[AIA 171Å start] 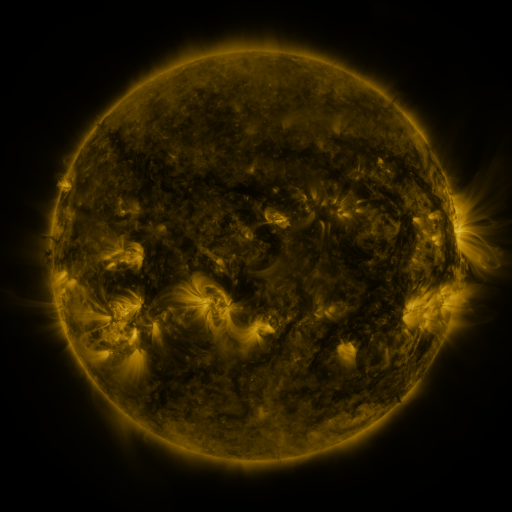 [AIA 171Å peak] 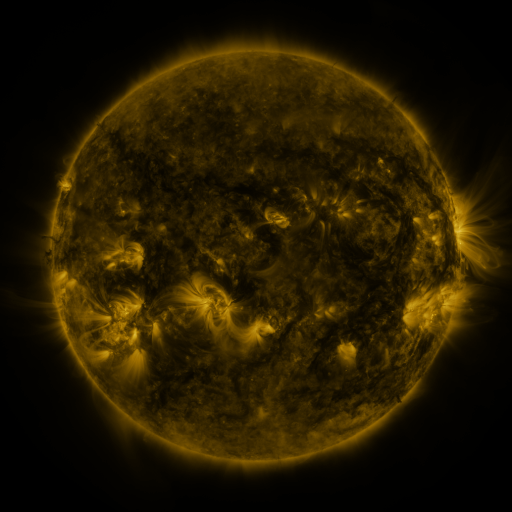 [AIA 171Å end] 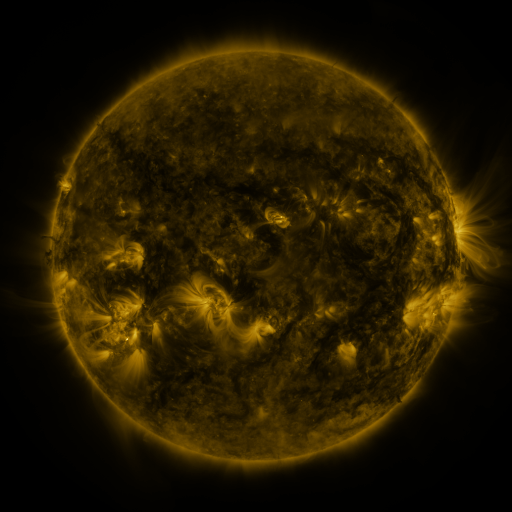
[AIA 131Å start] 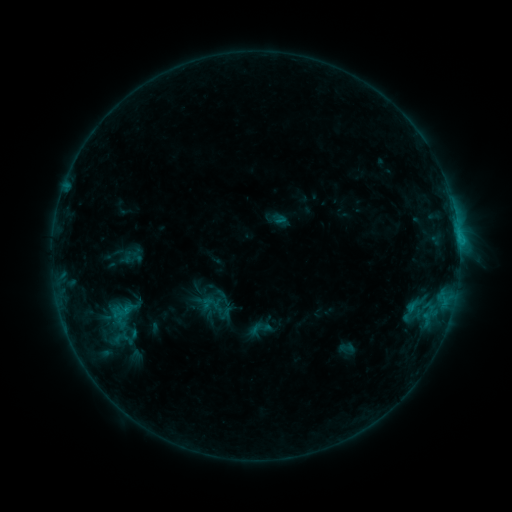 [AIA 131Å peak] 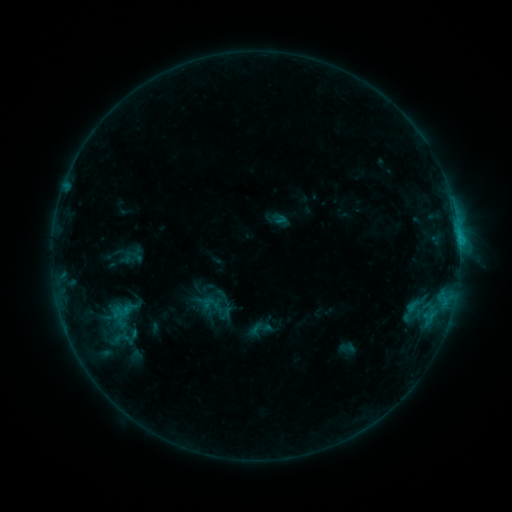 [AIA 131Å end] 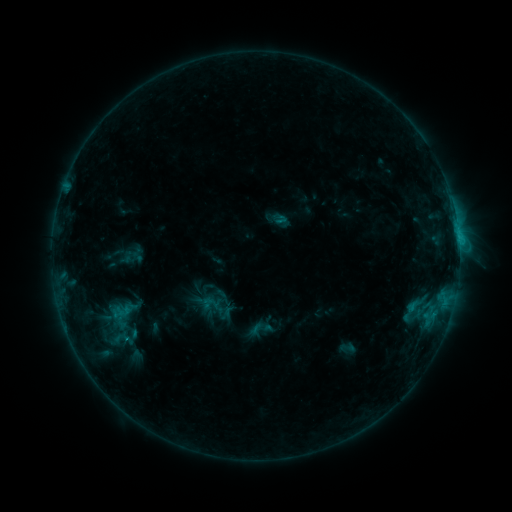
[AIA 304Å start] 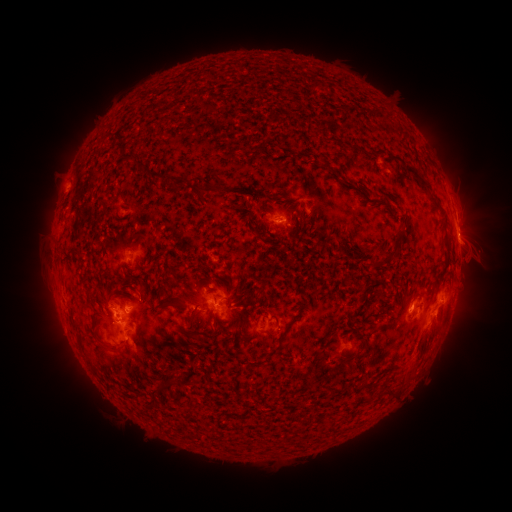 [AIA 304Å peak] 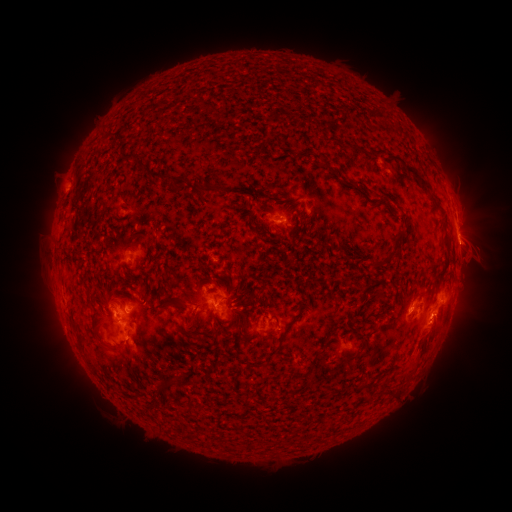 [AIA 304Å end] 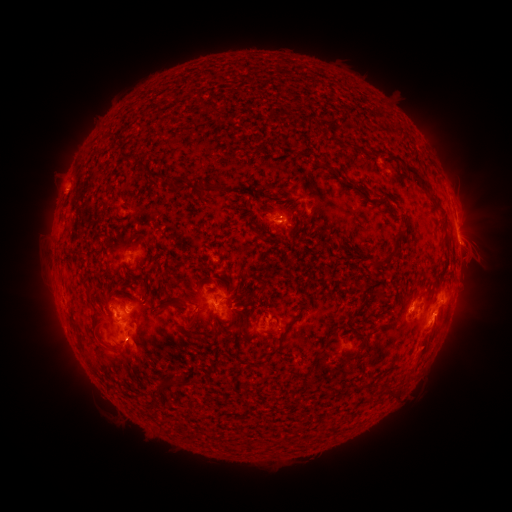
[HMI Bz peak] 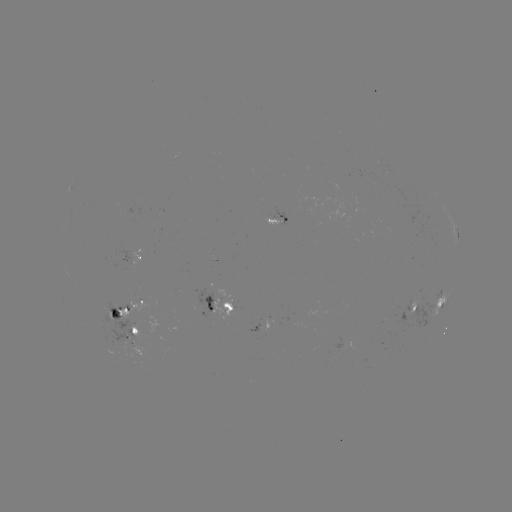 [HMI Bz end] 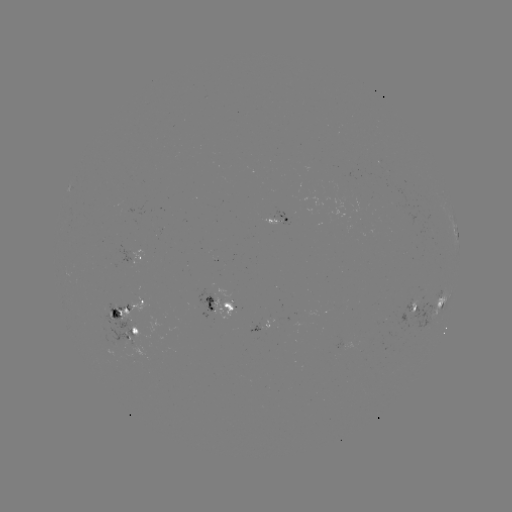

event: eruption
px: (439, 329)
